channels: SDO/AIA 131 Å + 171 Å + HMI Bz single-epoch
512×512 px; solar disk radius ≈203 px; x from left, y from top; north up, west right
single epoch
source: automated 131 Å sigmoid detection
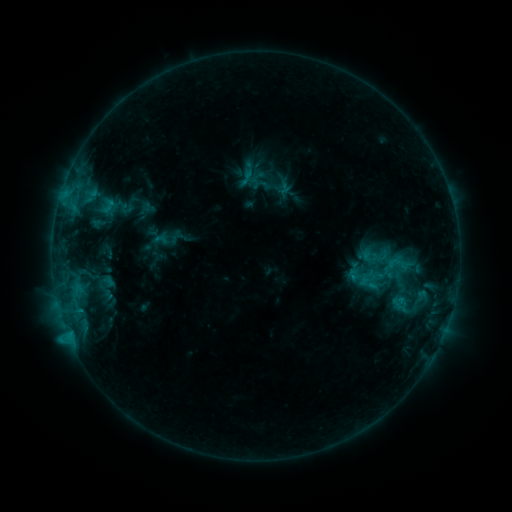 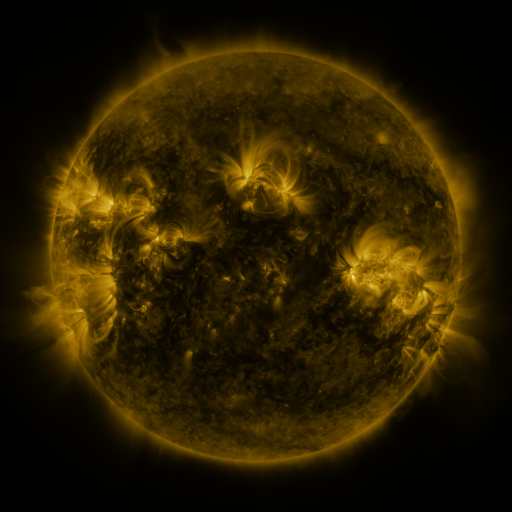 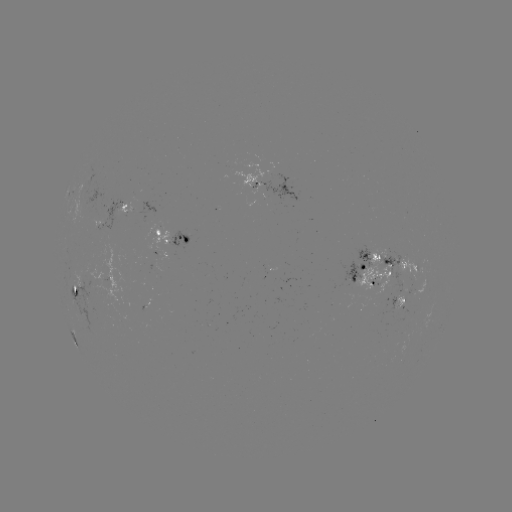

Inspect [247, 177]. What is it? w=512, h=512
sigmoid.